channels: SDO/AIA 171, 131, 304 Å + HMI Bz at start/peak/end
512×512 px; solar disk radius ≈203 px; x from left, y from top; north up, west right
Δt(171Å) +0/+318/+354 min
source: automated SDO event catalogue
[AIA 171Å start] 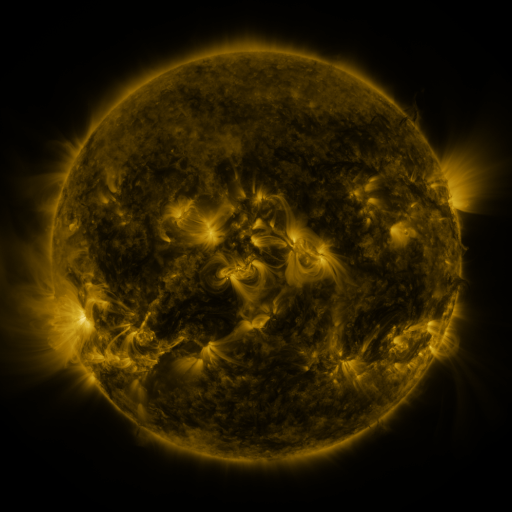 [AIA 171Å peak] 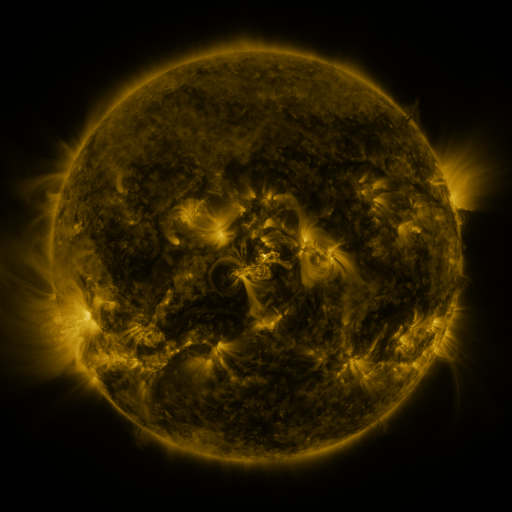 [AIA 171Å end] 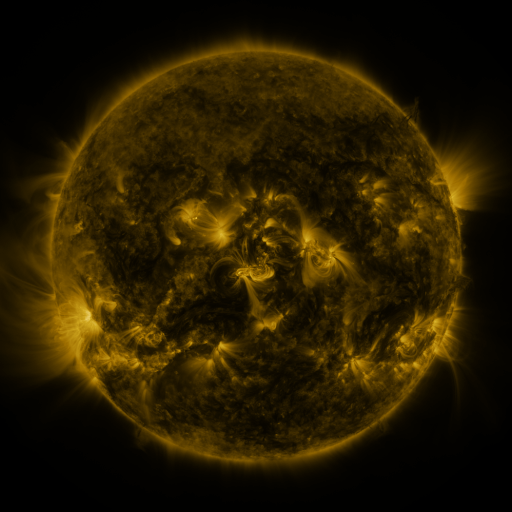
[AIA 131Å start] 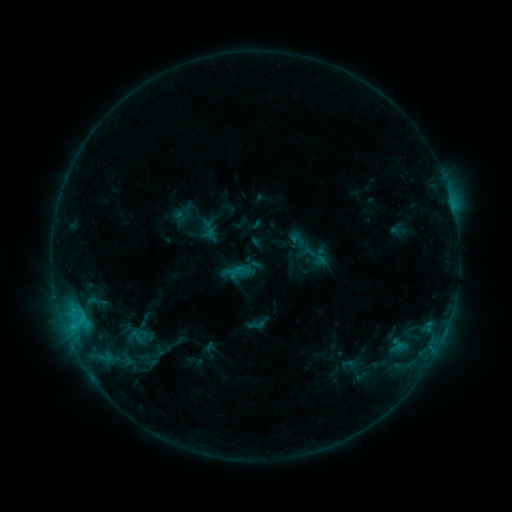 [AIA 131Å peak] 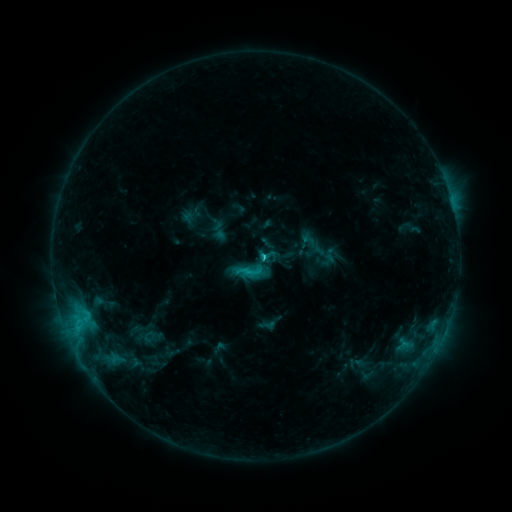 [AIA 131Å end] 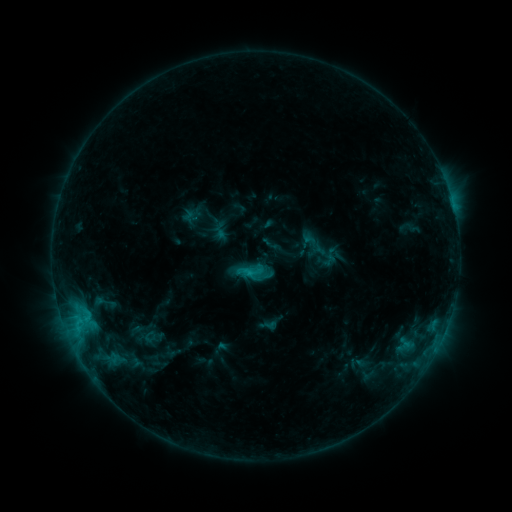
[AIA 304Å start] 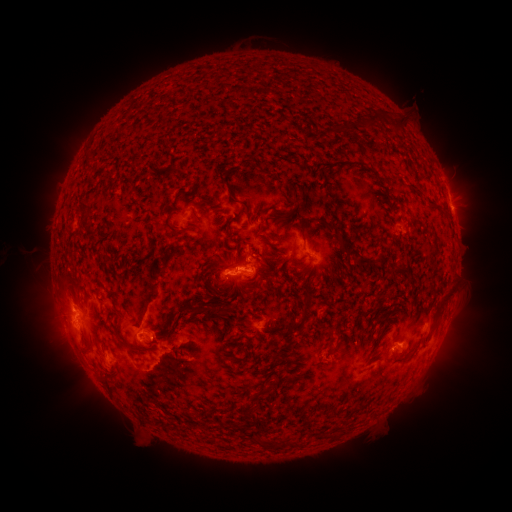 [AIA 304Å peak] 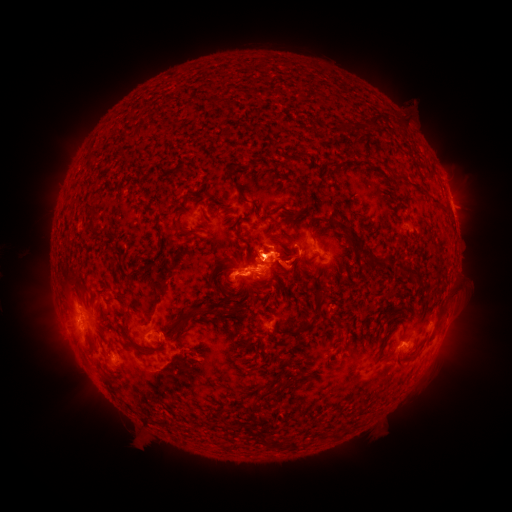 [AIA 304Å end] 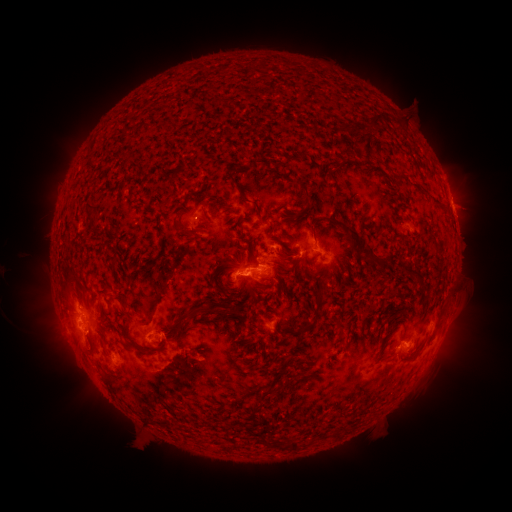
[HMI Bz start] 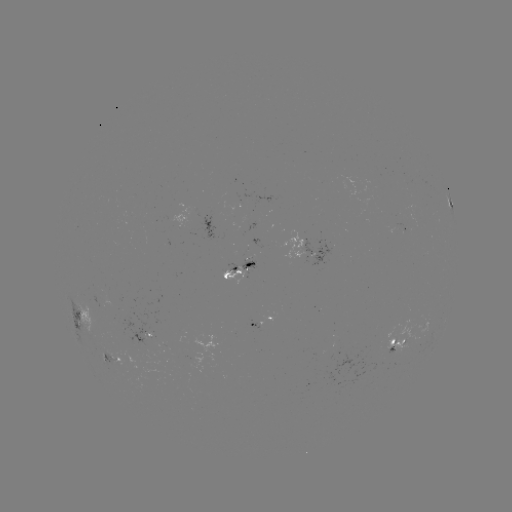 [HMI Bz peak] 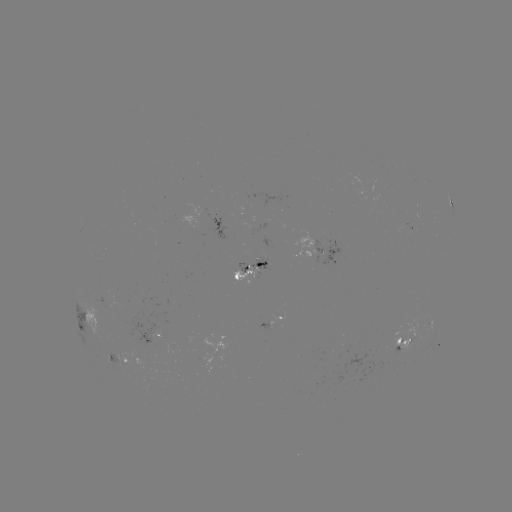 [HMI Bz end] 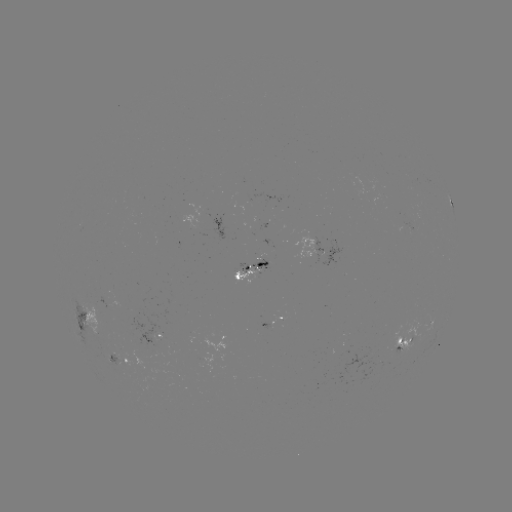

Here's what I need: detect C2.5 flare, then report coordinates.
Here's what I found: C2.5 flare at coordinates (263, 260).